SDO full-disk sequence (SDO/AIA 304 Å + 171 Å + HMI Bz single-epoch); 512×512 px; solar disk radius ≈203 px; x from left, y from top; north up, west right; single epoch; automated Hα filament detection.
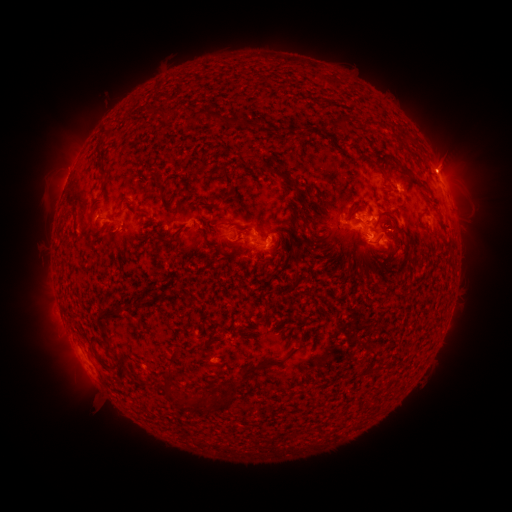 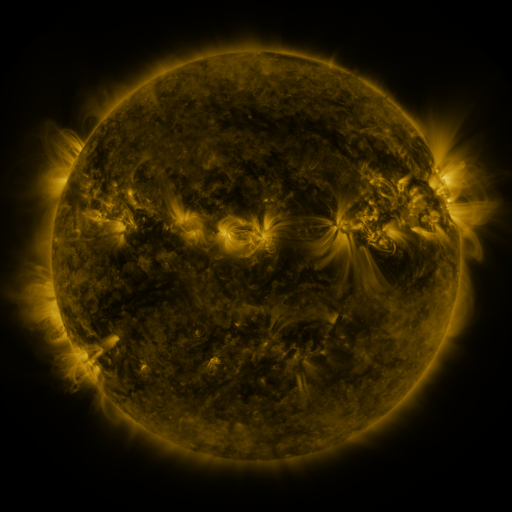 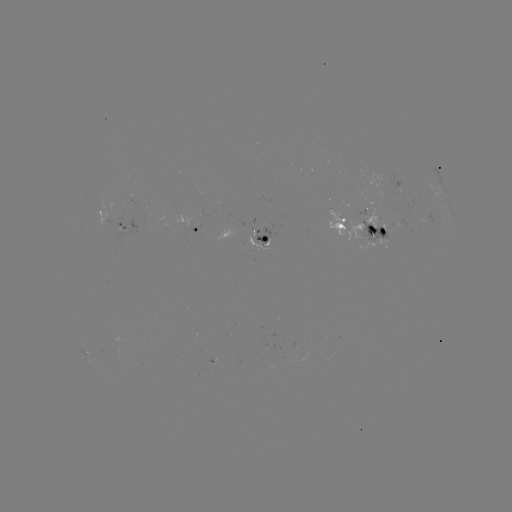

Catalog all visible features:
filament: (209, 114)
filament: (345, 121)
filament: (274, 170)
filament: (230, 180)
filament: (424, 188)
filament: (203, 204)
filament: (326, 209)
filament: (387, 215)
filament: (303, 220)
filament: (95, 228)
filament: (245, 232)
filament: (178, 236)
filament: (296, 278)
filament: (128, 305)
filament: (105, 315)
filament: (107, 348)
filament: (270, 363)
filament: (167, 375)
filament: (225, 398)
